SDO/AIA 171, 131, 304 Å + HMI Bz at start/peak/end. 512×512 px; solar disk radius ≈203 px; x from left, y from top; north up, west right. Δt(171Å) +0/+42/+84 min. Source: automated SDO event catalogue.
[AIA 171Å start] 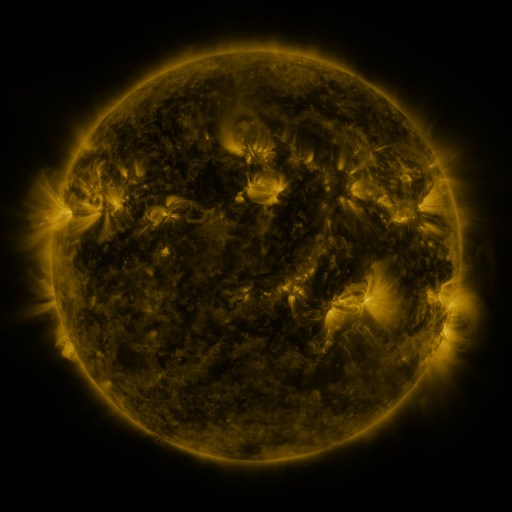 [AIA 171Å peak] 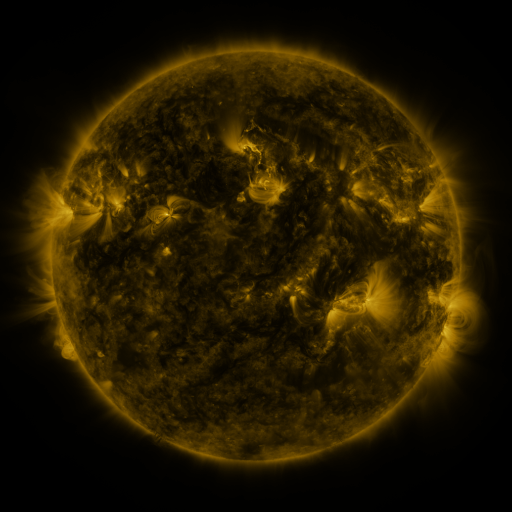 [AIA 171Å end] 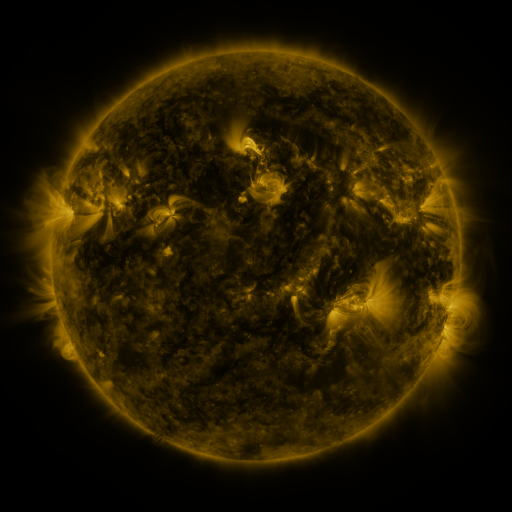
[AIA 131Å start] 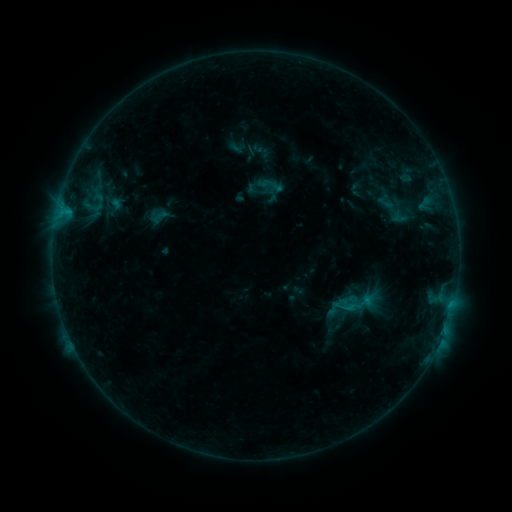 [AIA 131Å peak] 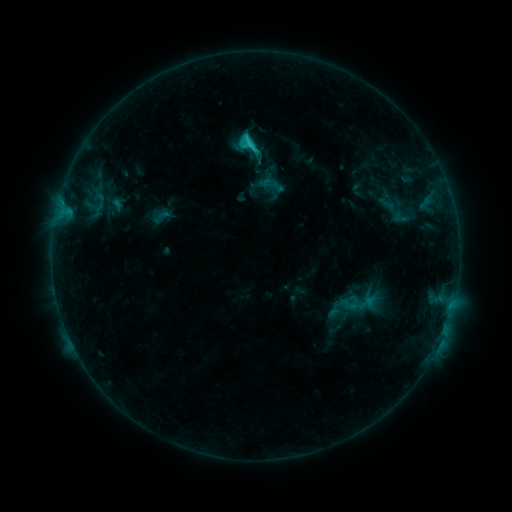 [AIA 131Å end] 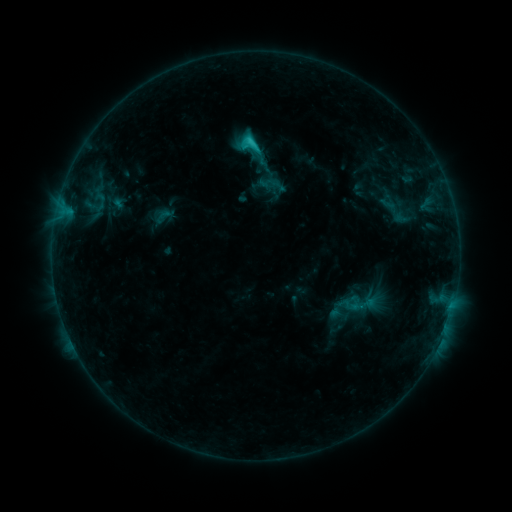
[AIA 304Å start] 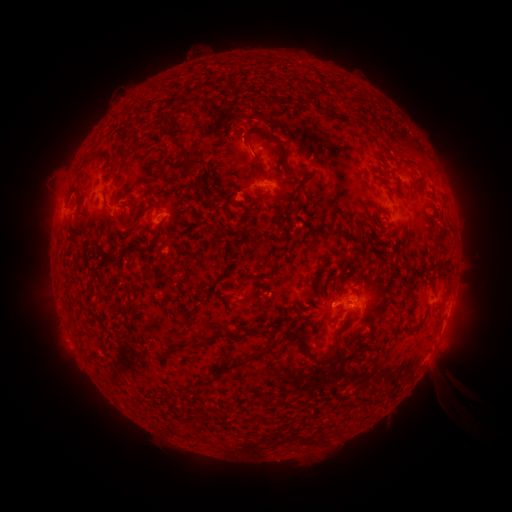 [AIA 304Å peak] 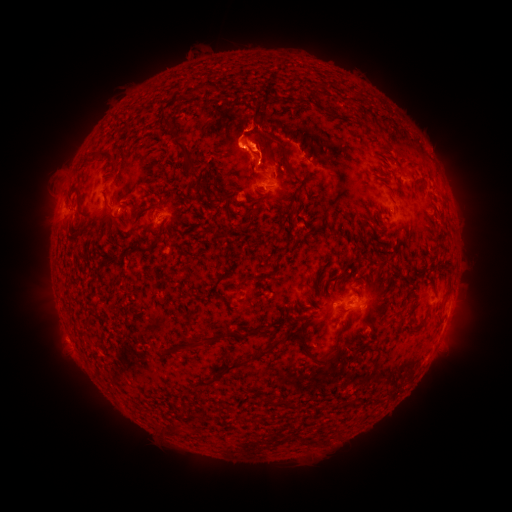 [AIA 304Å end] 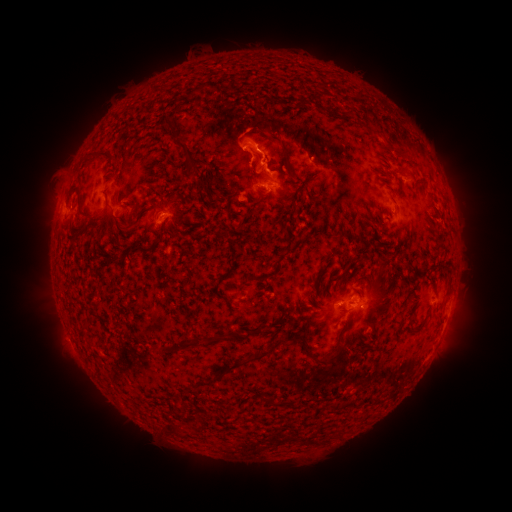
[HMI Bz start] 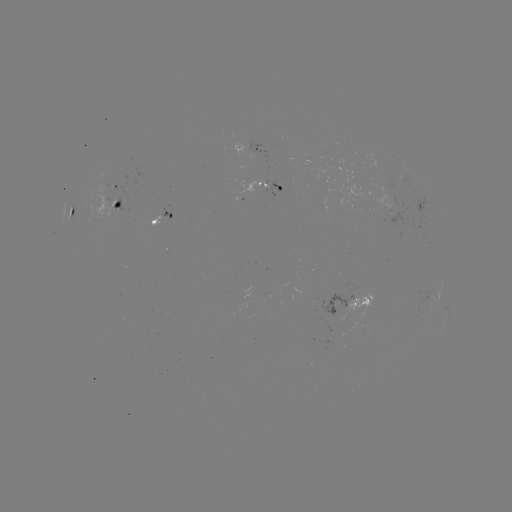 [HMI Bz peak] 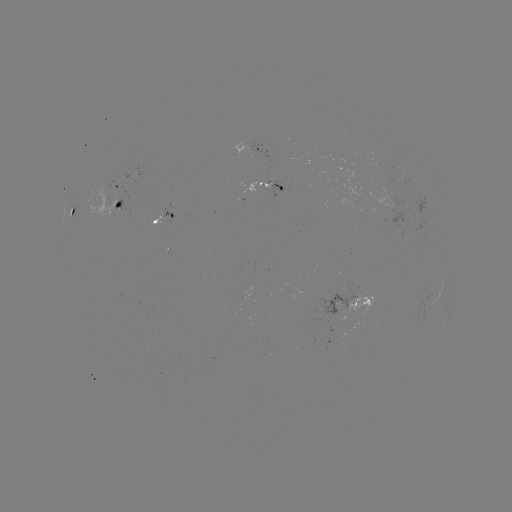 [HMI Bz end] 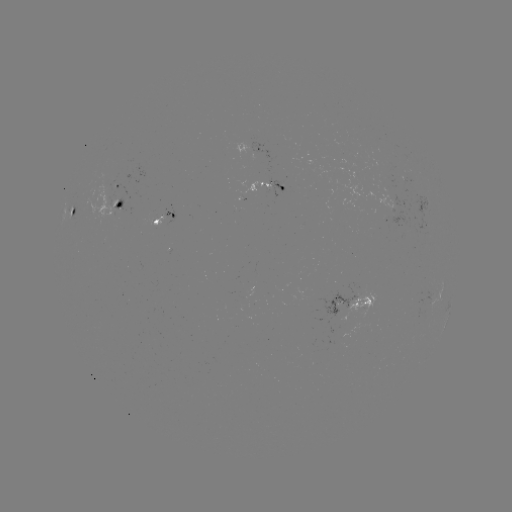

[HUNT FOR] filament eruption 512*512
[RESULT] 254,106